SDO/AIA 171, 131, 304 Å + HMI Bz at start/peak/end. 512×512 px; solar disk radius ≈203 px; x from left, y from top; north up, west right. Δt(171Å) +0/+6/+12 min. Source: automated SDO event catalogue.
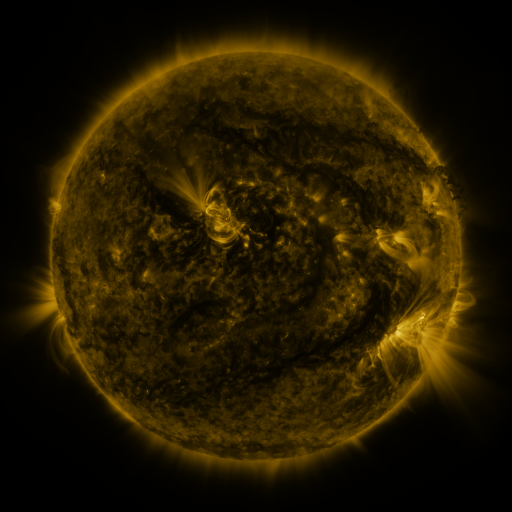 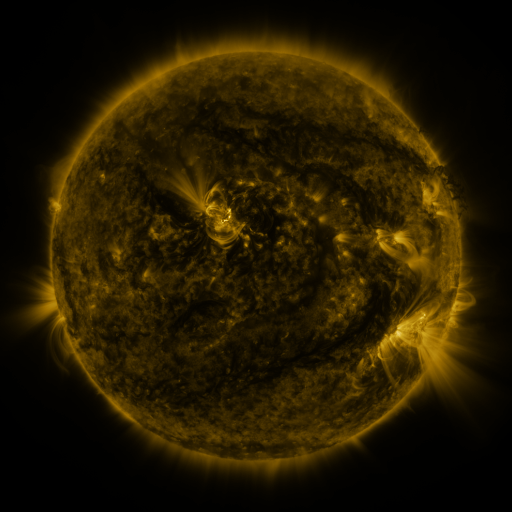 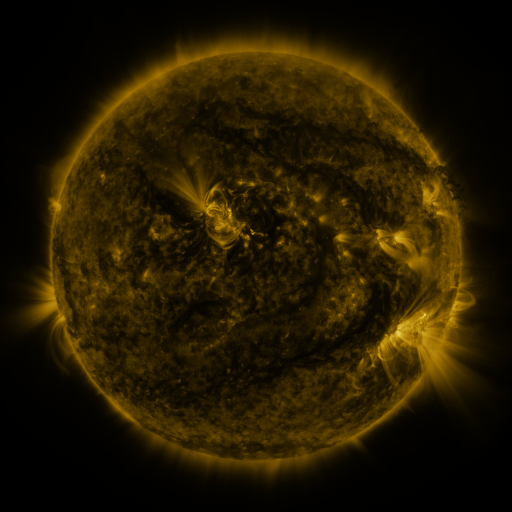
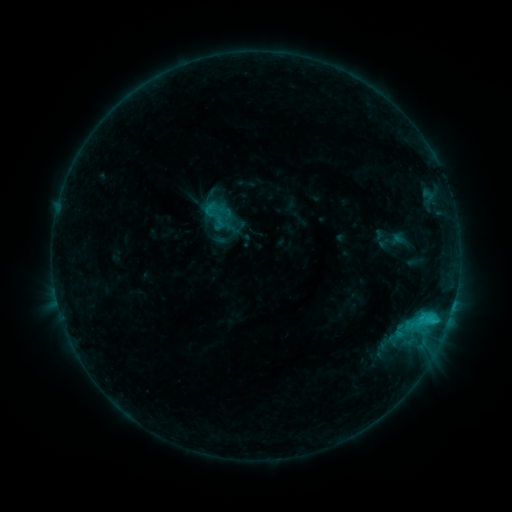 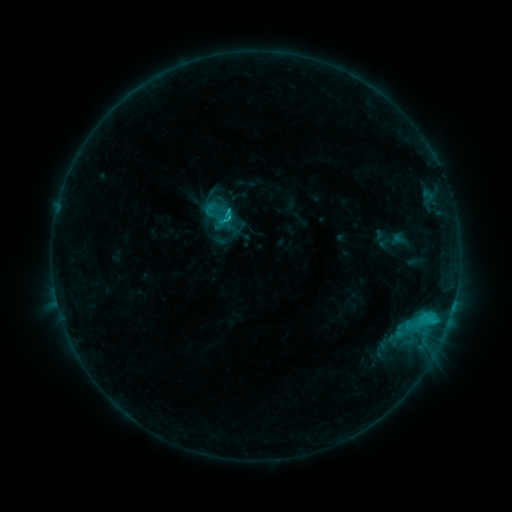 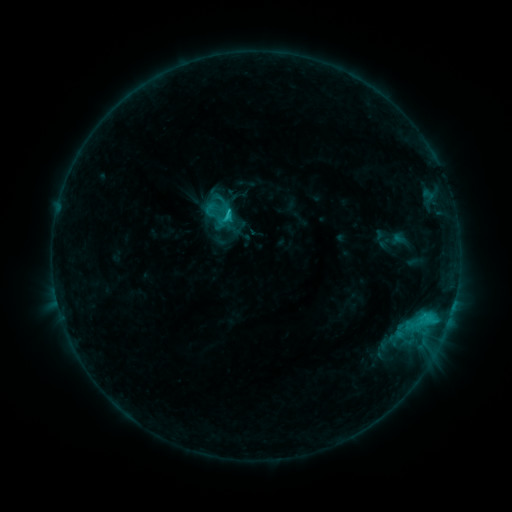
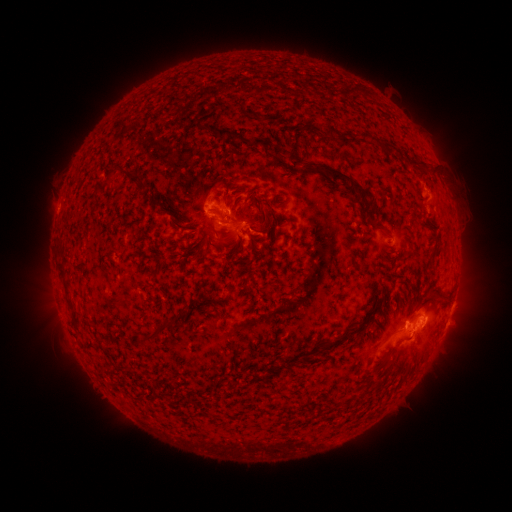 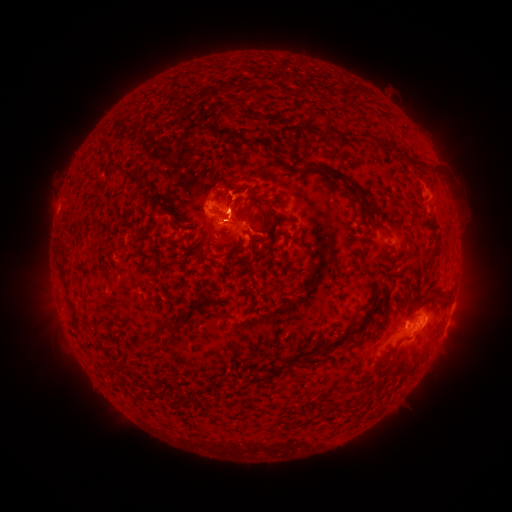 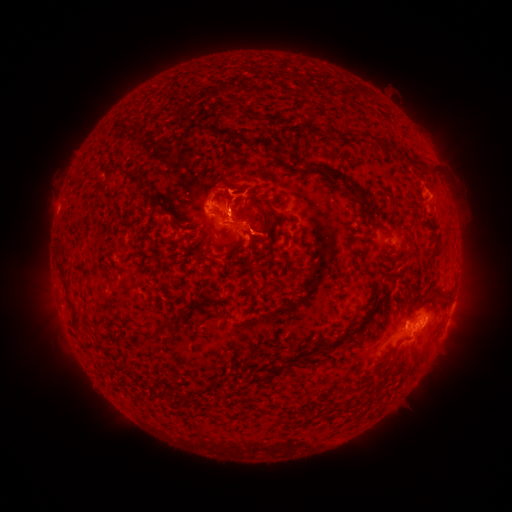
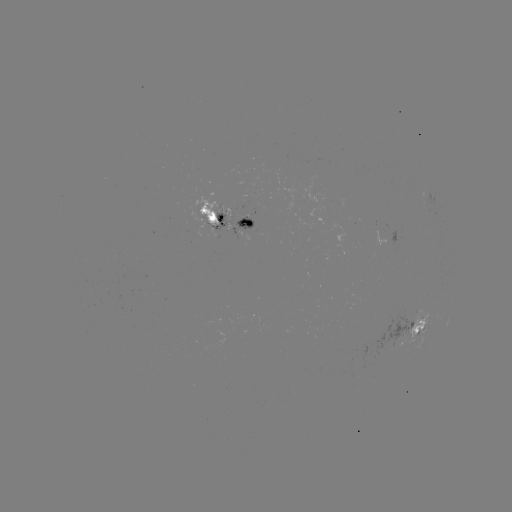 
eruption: <bbox>201, 172, 256, 253</bbox>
